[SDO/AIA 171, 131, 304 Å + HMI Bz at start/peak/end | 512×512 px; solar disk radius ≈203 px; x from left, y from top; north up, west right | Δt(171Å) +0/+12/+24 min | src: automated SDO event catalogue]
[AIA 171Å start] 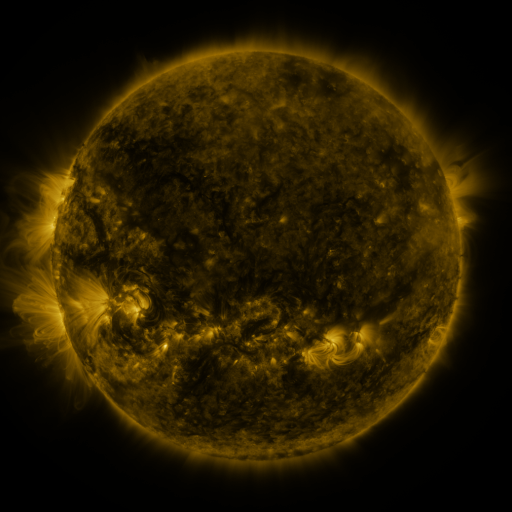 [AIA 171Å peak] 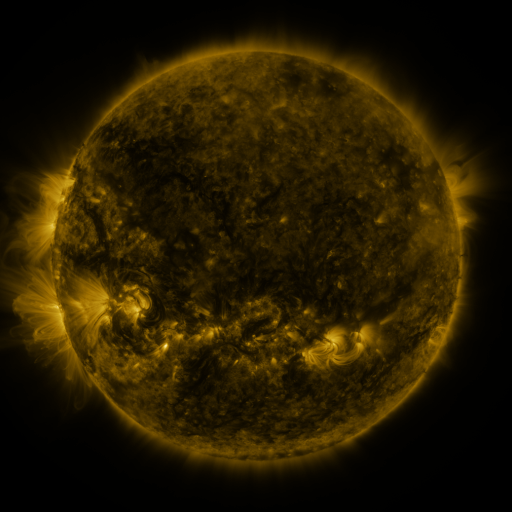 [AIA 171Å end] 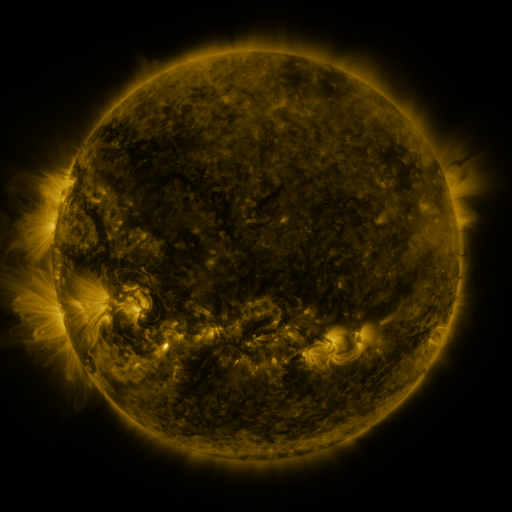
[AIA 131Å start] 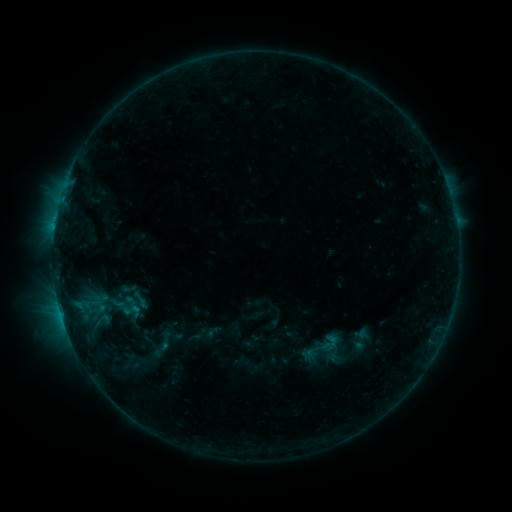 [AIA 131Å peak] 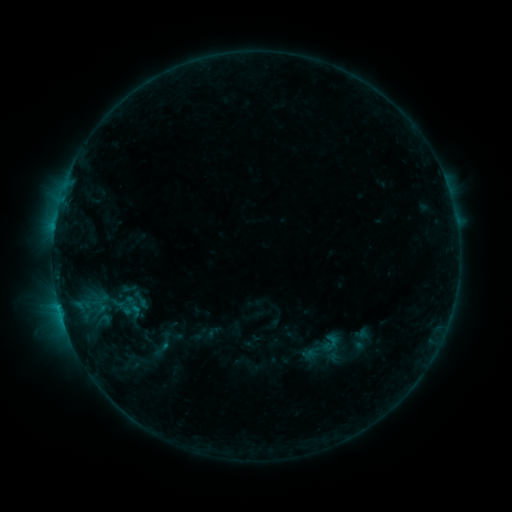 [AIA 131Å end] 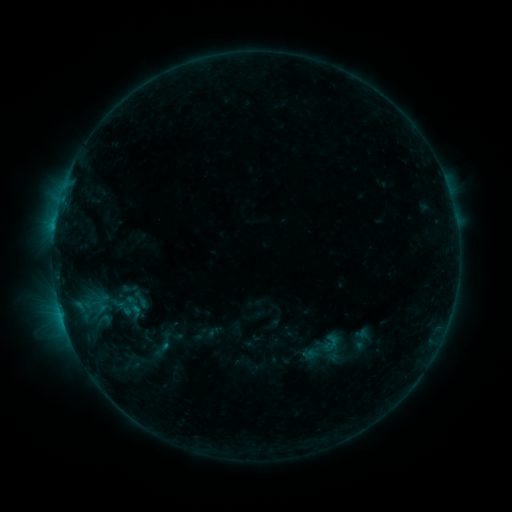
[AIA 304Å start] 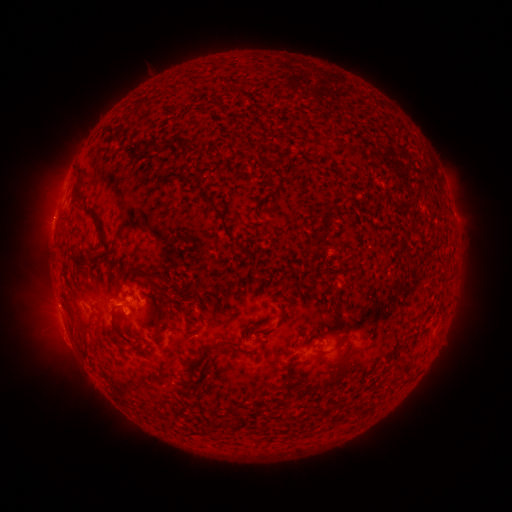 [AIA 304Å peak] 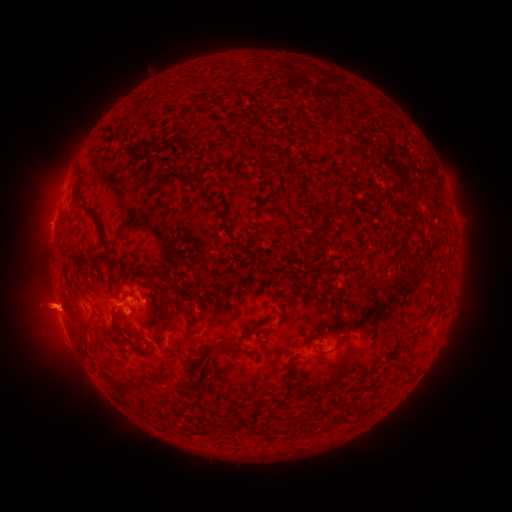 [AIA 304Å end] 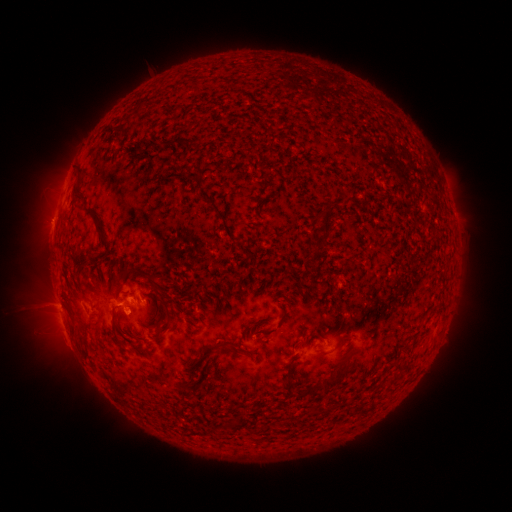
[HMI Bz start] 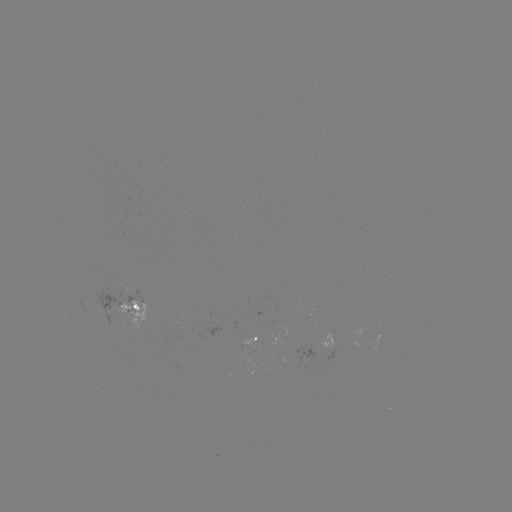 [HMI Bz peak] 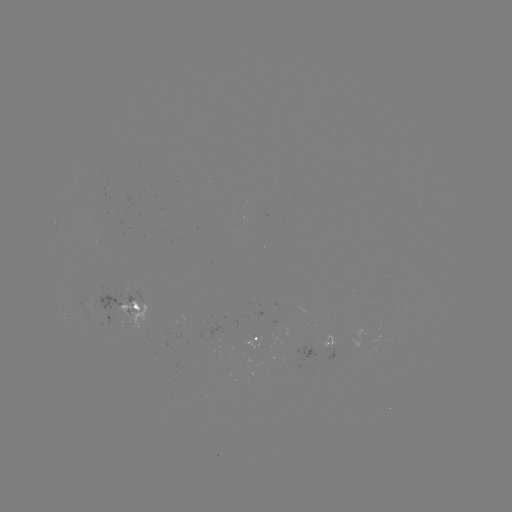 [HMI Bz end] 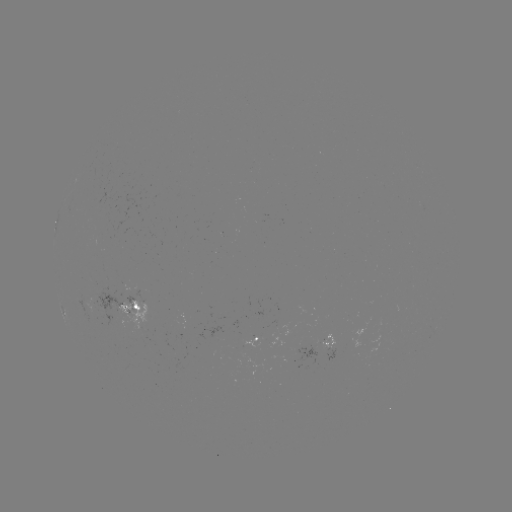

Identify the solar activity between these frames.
eruption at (46, 309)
